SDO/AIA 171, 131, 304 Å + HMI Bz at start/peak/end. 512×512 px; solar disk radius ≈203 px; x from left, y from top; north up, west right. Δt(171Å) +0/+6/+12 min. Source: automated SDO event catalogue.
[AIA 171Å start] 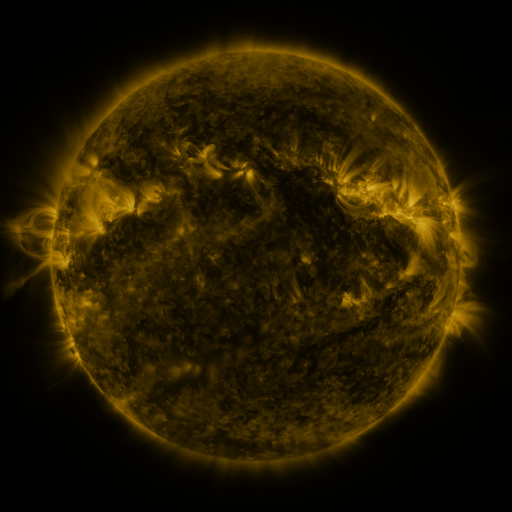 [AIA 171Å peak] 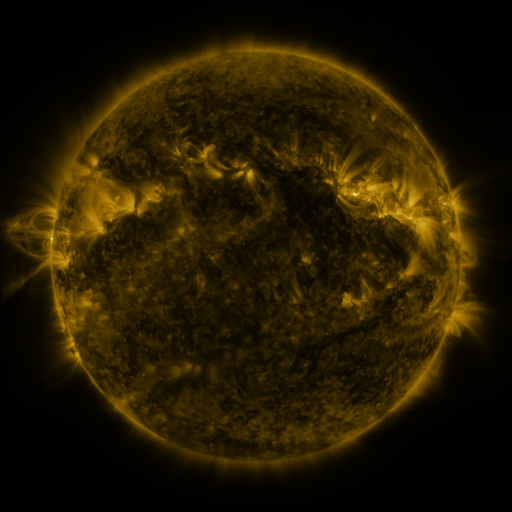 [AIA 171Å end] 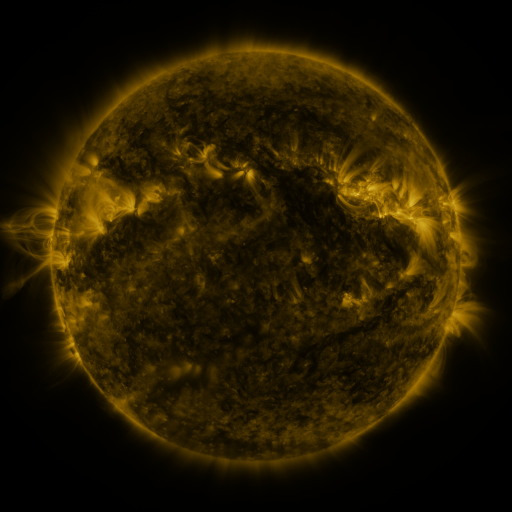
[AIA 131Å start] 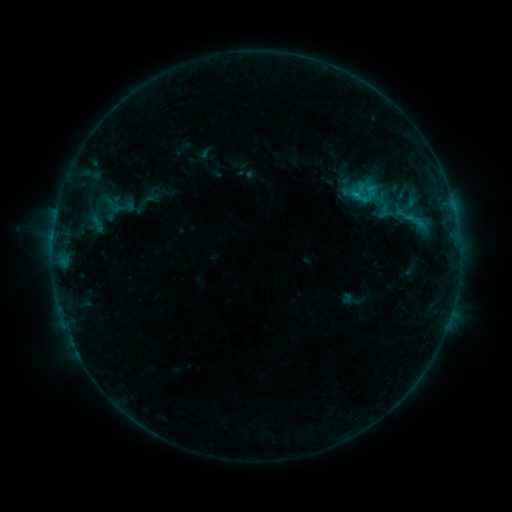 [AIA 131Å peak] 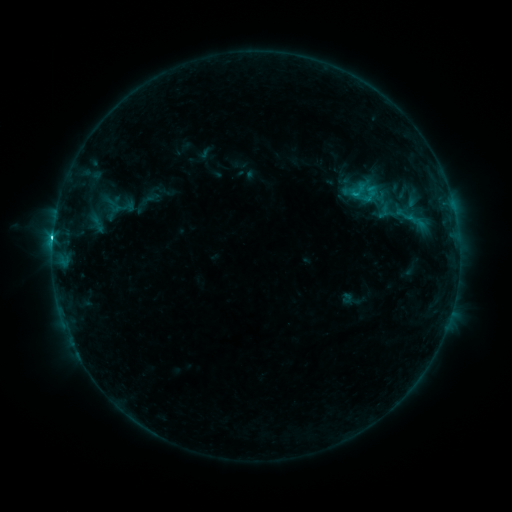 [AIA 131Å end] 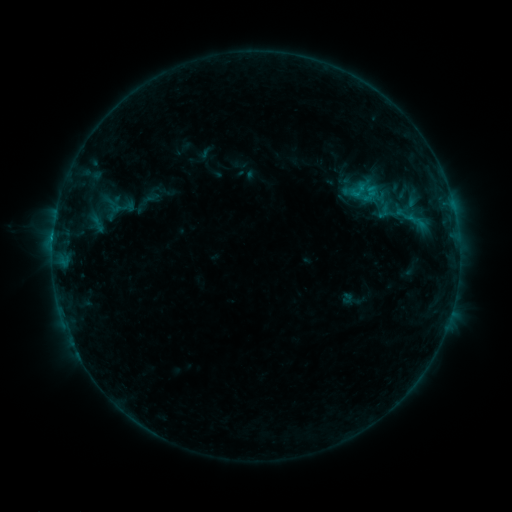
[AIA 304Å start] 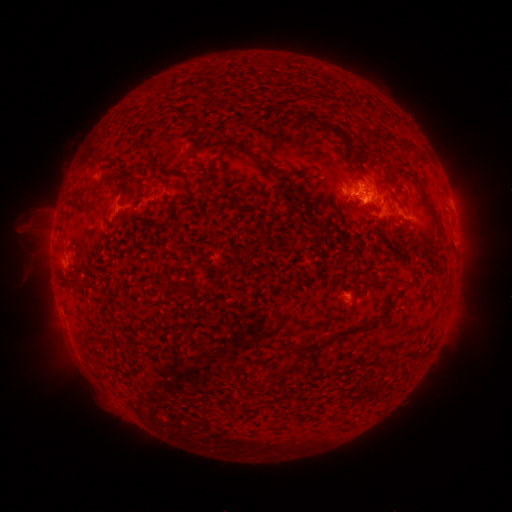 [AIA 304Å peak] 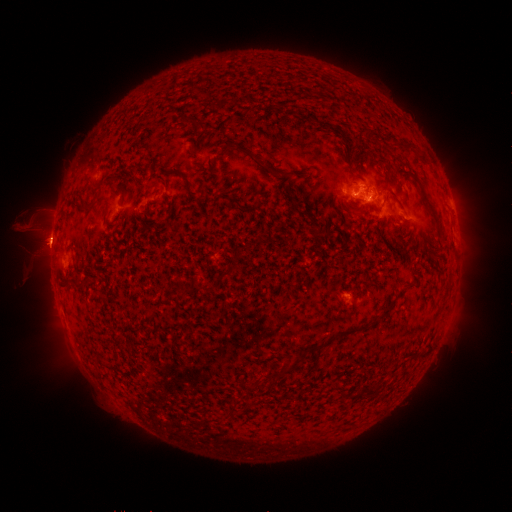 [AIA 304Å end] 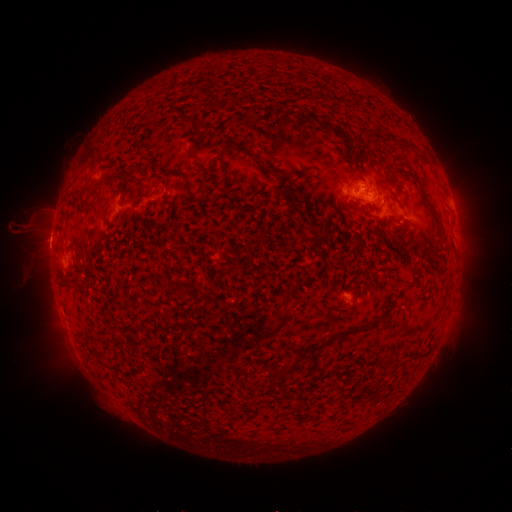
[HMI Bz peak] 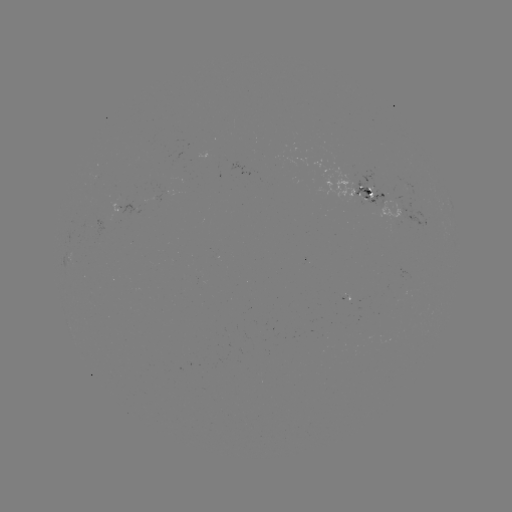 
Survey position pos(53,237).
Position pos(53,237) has C2.1 flare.